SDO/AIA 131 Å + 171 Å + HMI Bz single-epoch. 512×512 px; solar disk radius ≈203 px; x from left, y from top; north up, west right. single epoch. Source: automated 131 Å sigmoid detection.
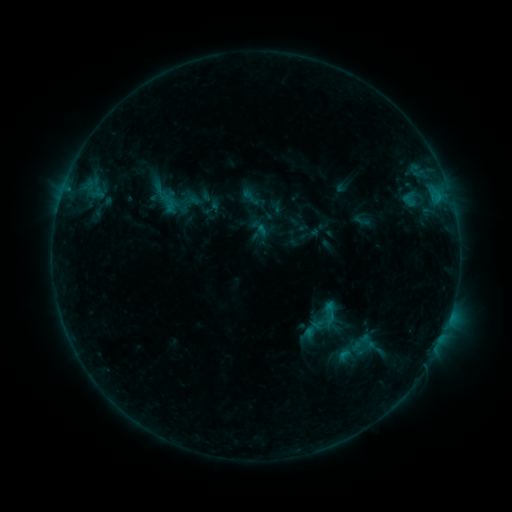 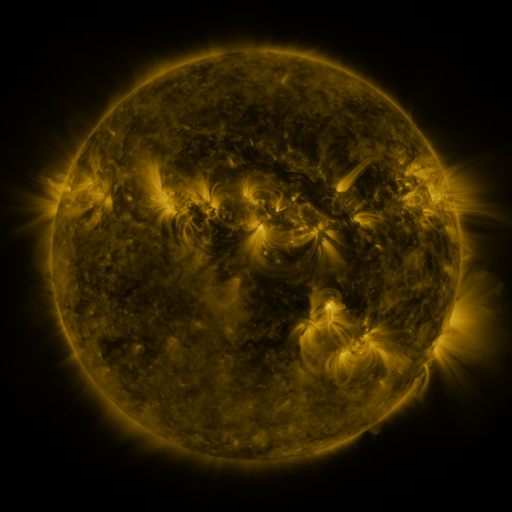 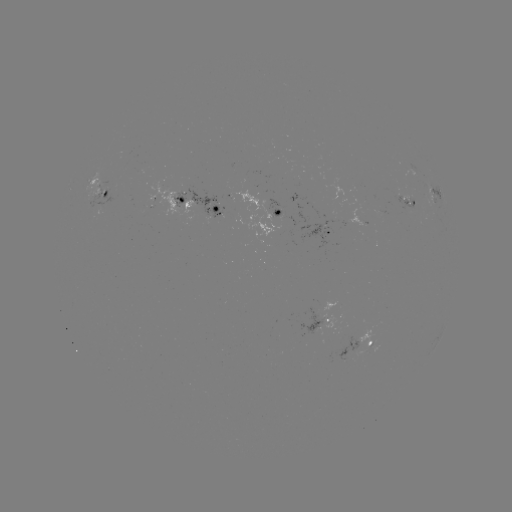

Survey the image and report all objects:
sigmoid: (320, 300, 340, 320)
